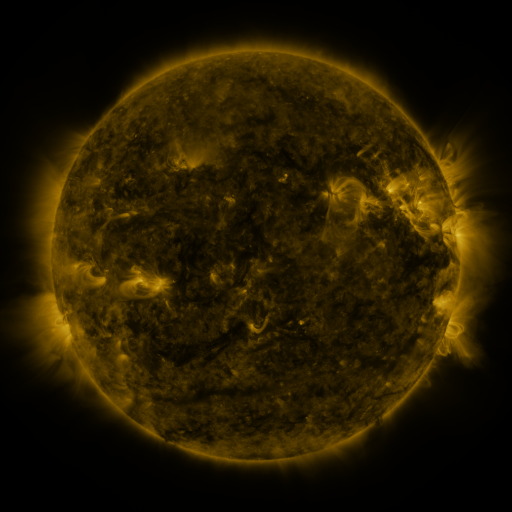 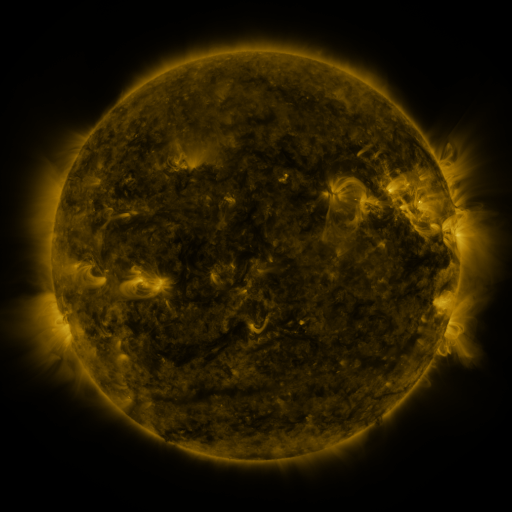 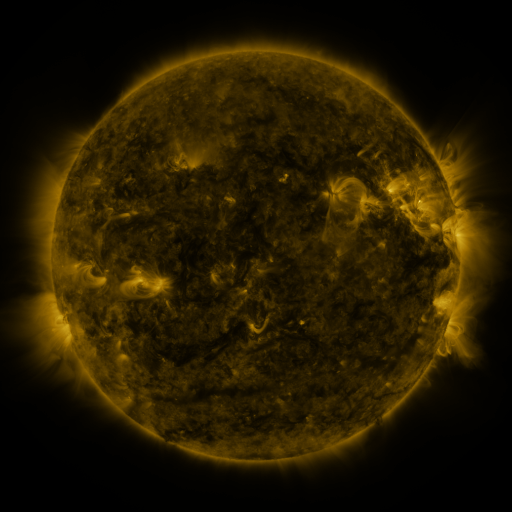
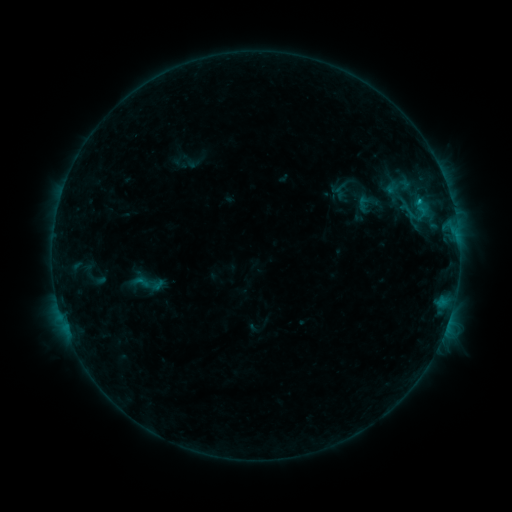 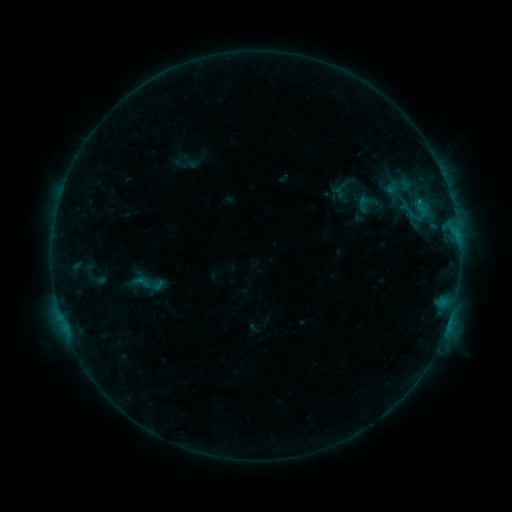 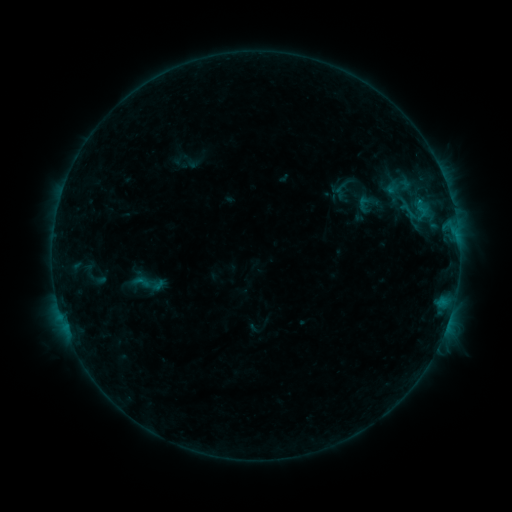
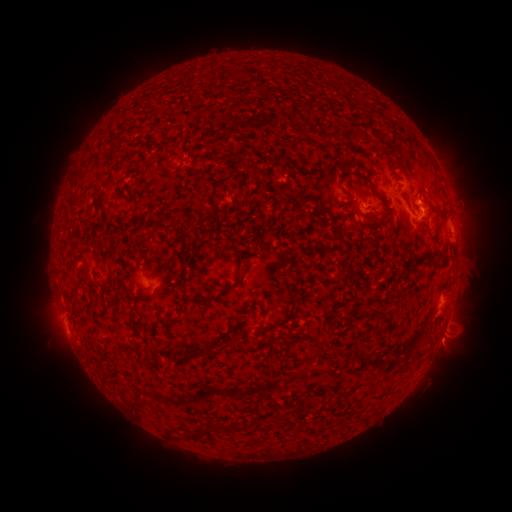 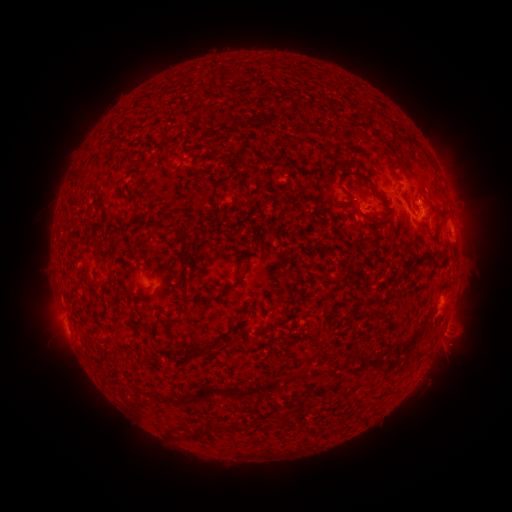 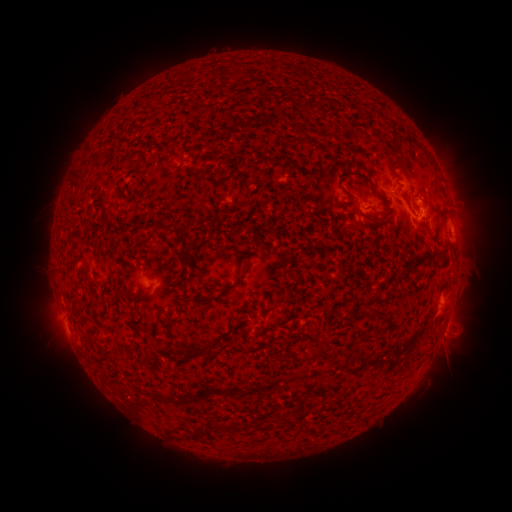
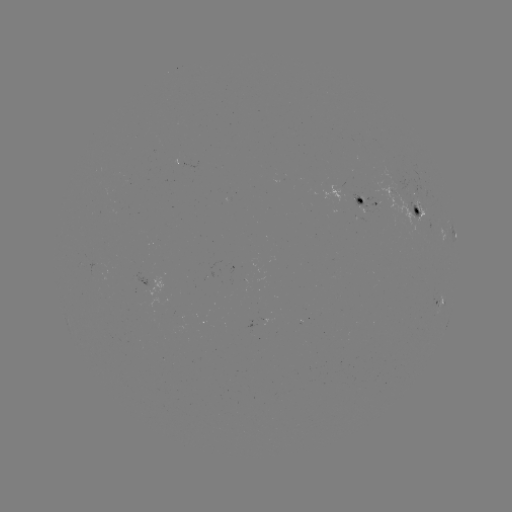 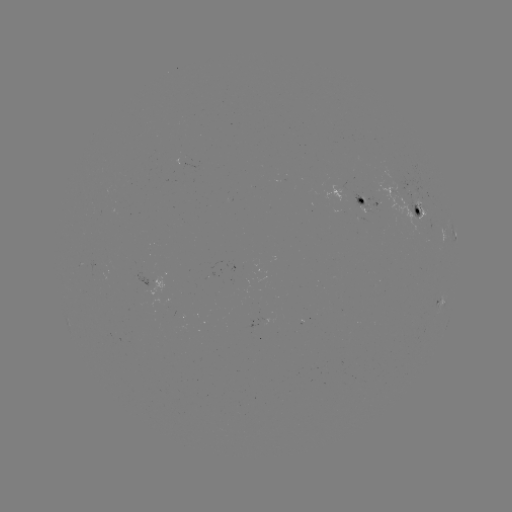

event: eruption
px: (452, 350)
